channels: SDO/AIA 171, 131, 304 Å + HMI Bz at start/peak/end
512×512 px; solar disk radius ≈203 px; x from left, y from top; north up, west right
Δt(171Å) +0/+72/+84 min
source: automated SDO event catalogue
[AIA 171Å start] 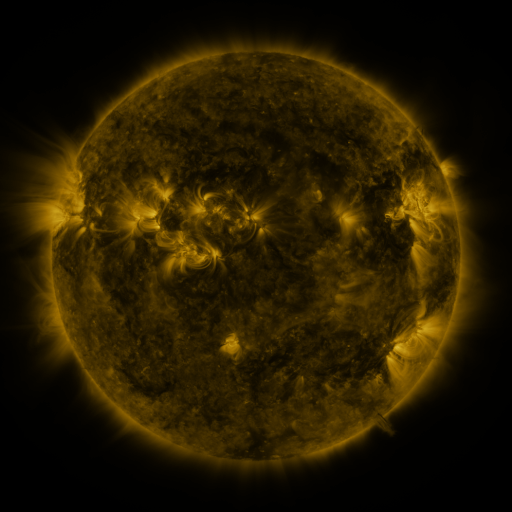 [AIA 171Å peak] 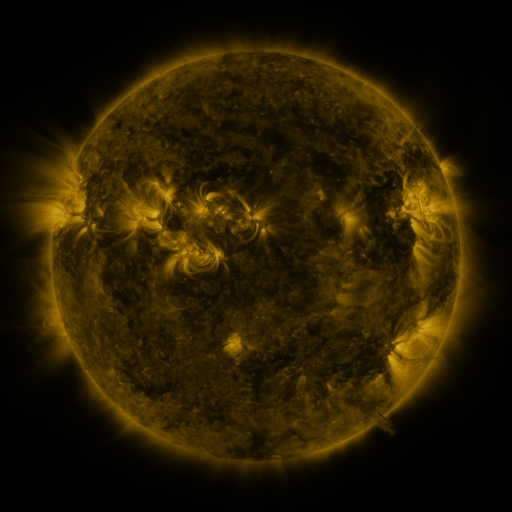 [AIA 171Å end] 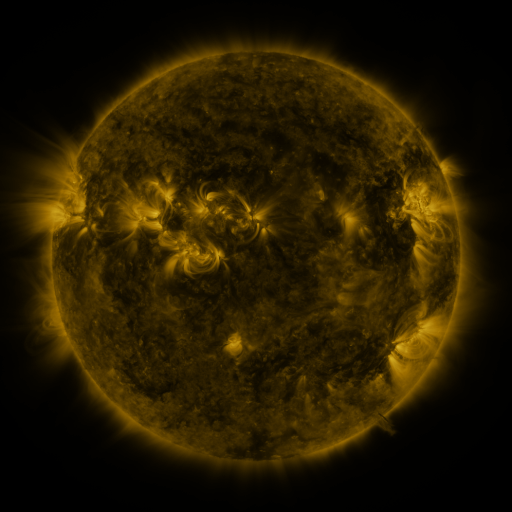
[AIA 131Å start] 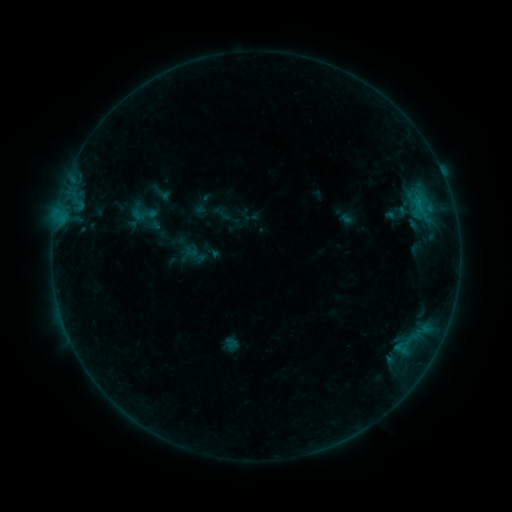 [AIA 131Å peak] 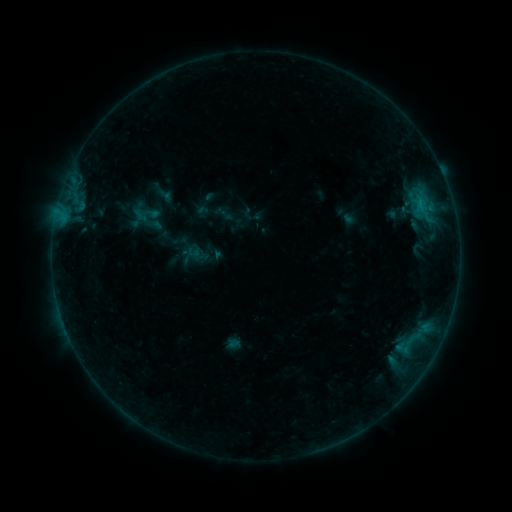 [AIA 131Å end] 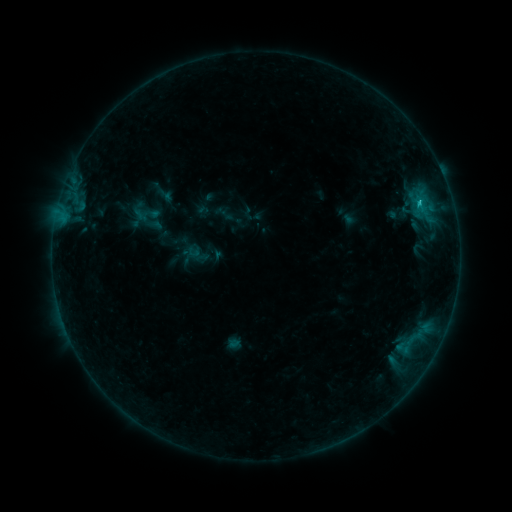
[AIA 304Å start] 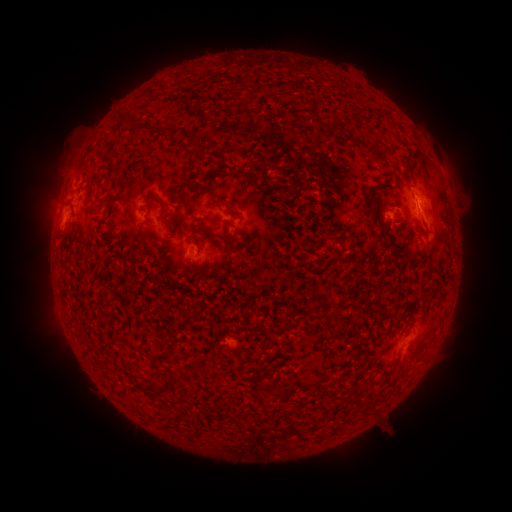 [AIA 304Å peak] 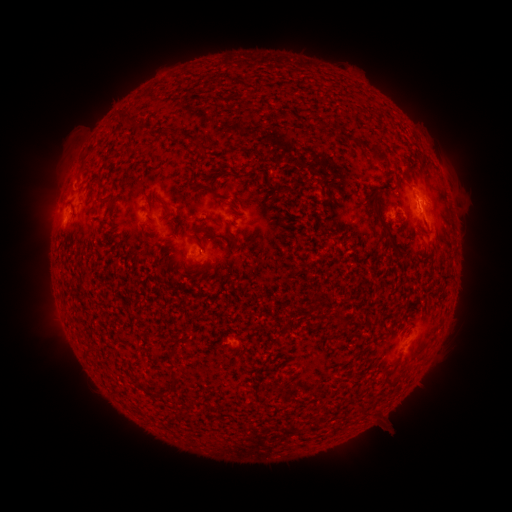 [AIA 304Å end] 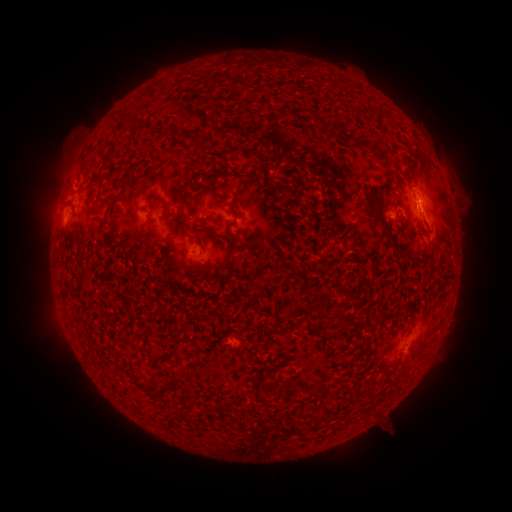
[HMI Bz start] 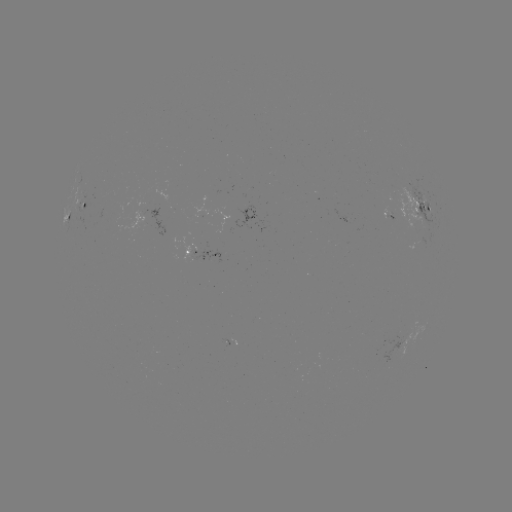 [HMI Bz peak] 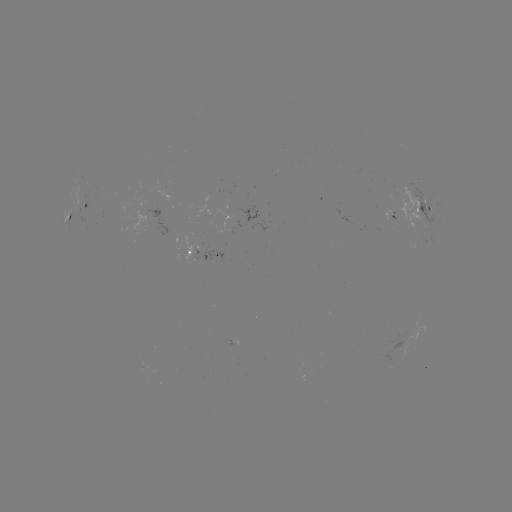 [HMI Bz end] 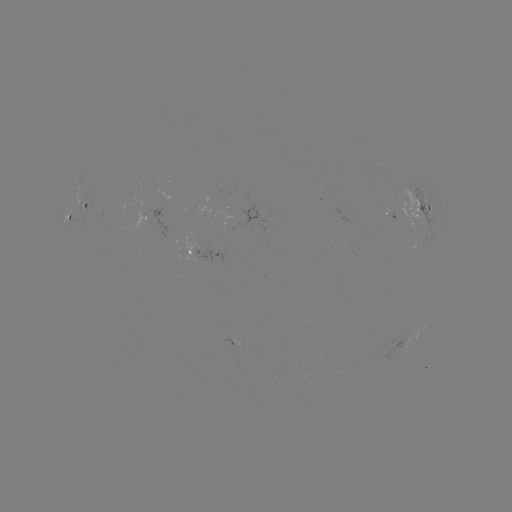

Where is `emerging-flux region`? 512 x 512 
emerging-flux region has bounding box [392, 188, 435, 228].